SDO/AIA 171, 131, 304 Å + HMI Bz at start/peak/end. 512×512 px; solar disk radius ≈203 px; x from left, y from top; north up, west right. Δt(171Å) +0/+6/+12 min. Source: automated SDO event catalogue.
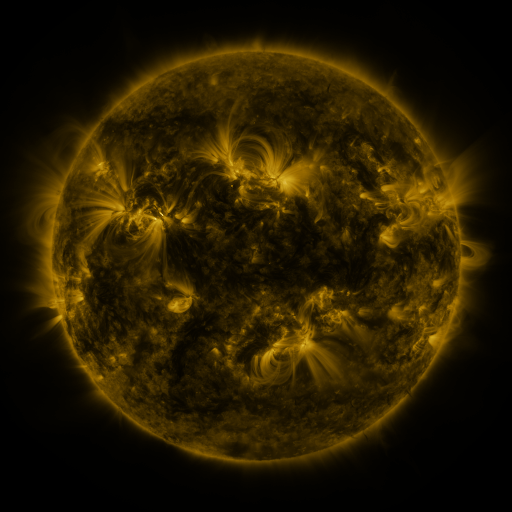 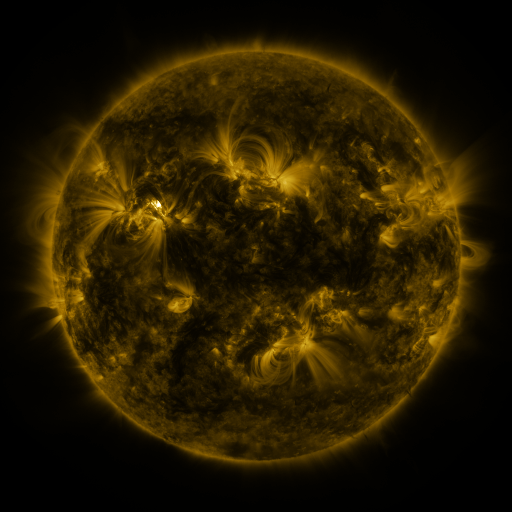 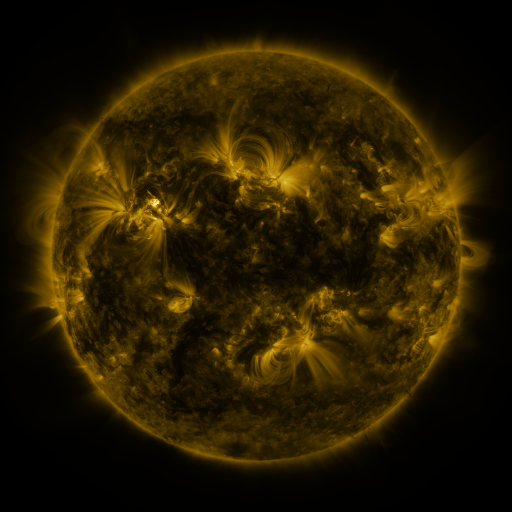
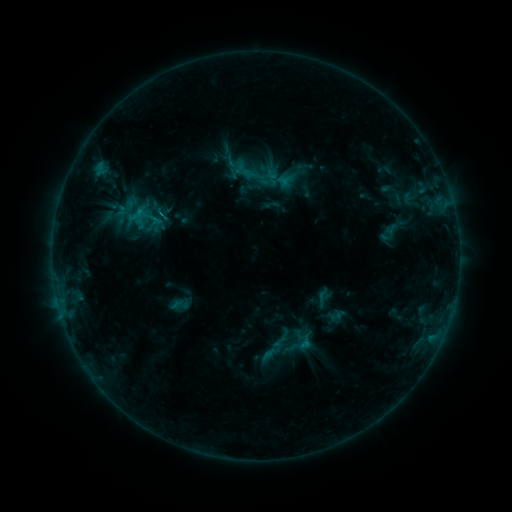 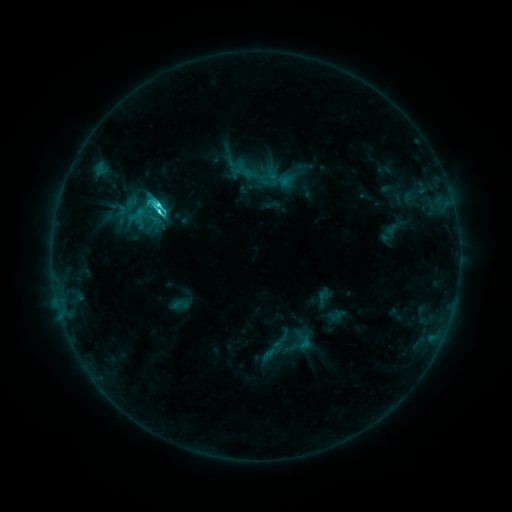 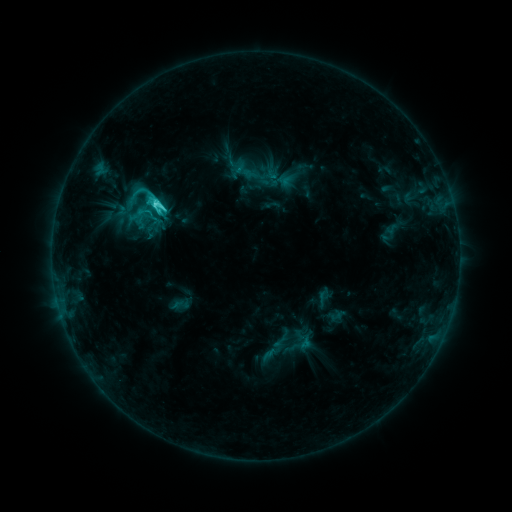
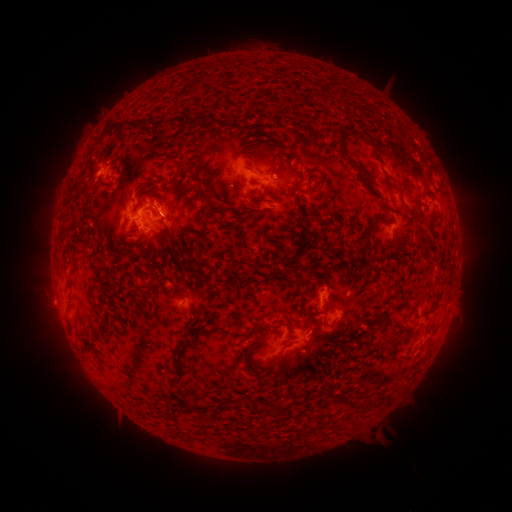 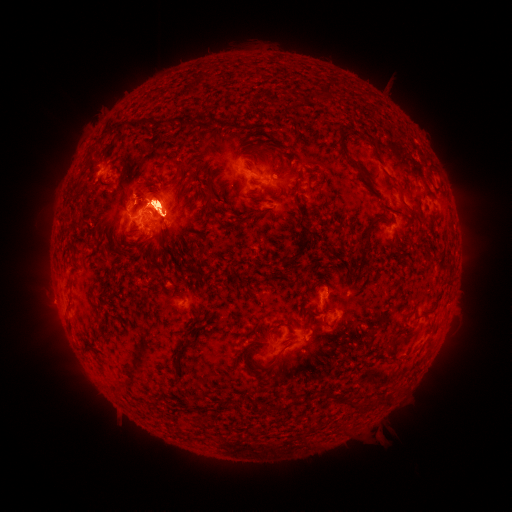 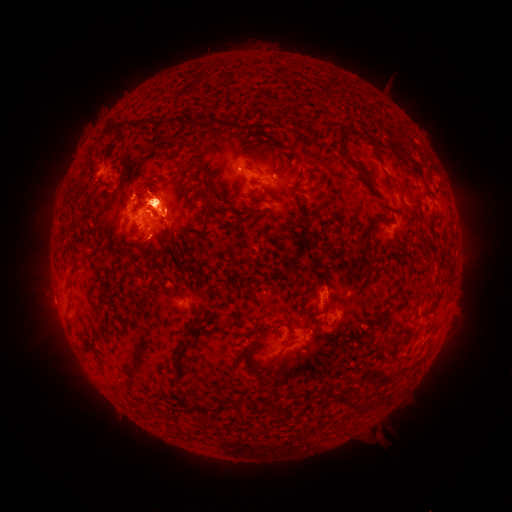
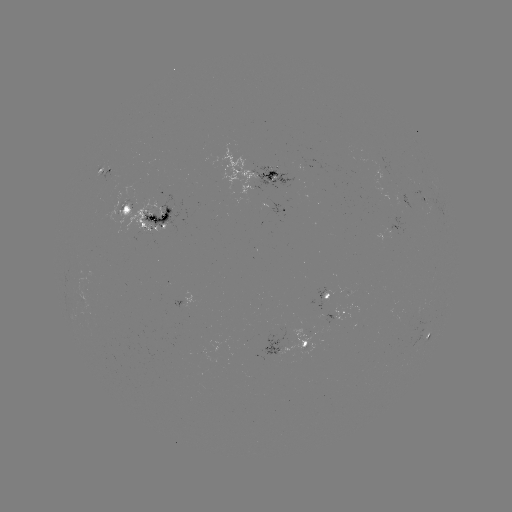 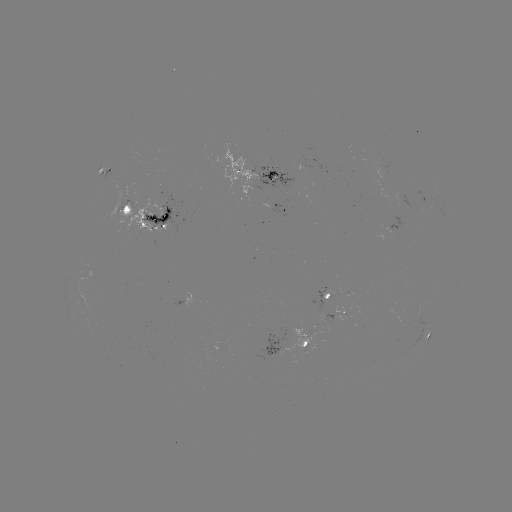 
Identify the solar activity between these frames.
eruption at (155, 113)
